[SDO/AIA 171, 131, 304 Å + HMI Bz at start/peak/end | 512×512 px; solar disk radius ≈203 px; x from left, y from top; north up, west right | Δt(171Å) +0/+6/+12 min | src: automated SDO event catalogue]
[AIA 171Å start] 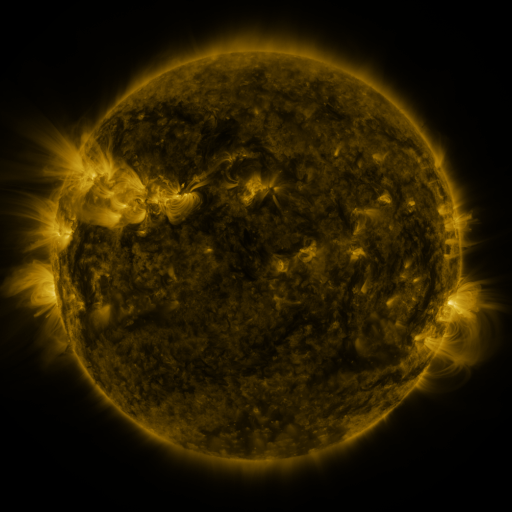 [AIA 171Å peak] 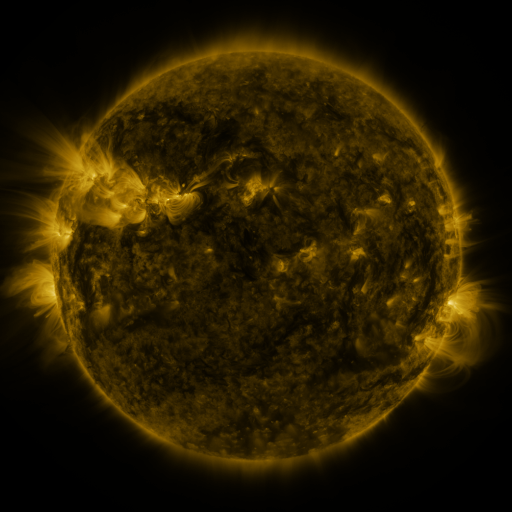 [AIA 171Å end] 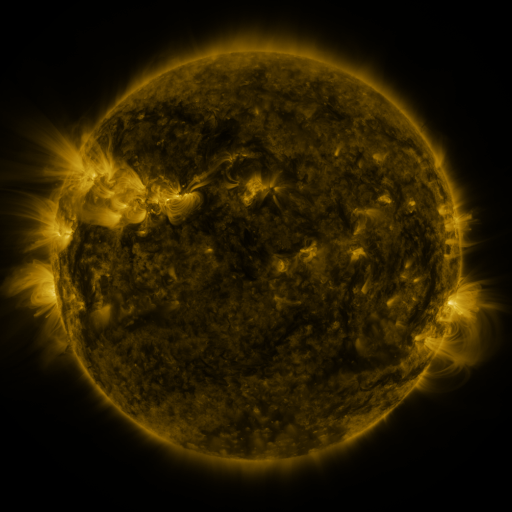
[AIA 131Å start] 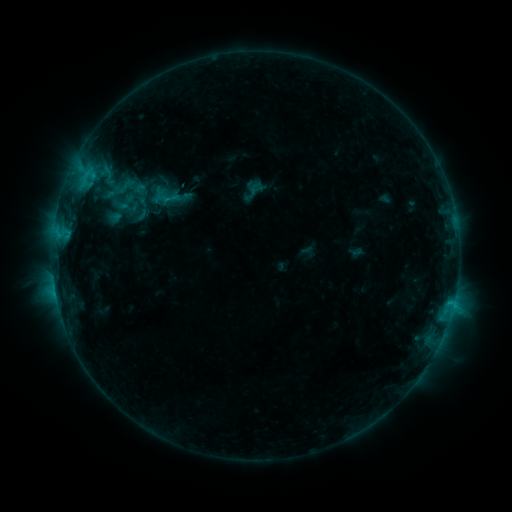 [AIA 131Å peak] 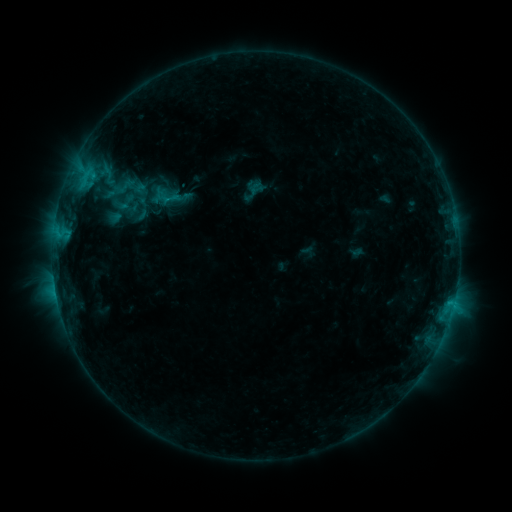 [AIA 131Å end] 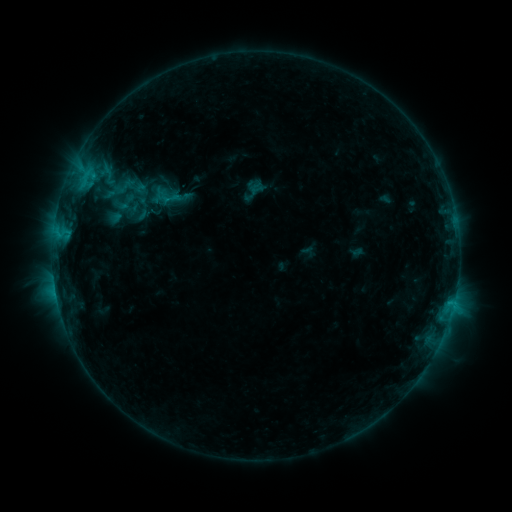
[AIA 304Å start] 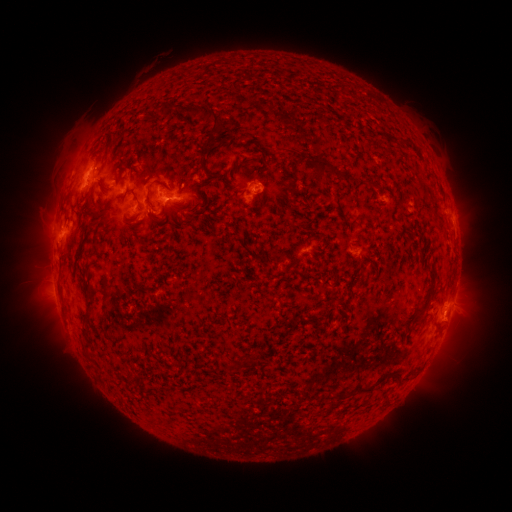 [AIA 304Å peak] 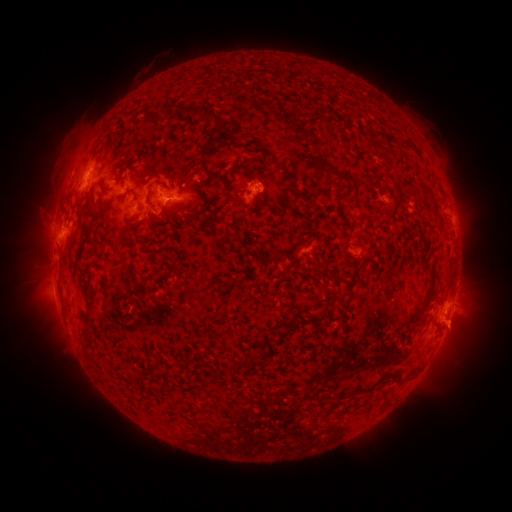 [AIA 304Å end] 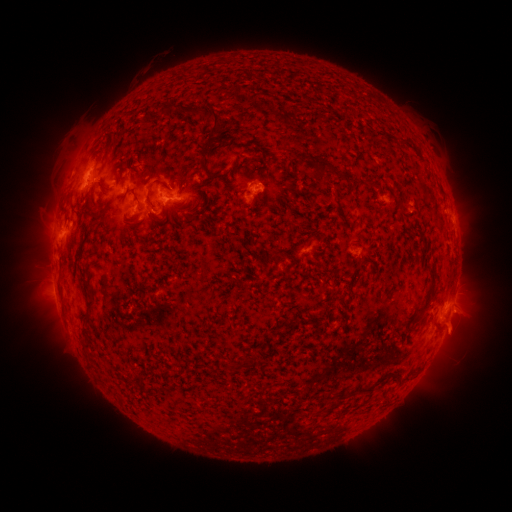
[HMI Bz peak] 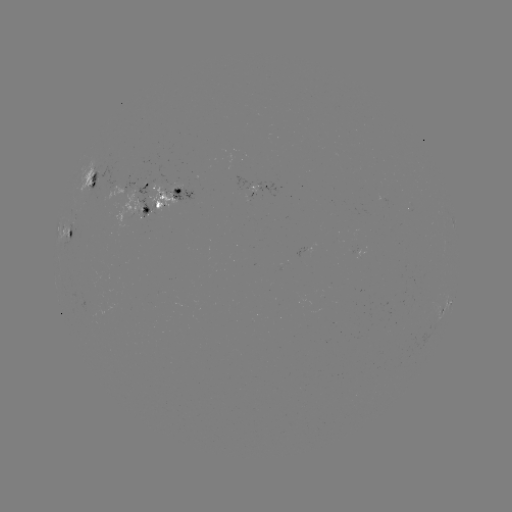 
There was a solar eruption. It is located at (458, 329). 